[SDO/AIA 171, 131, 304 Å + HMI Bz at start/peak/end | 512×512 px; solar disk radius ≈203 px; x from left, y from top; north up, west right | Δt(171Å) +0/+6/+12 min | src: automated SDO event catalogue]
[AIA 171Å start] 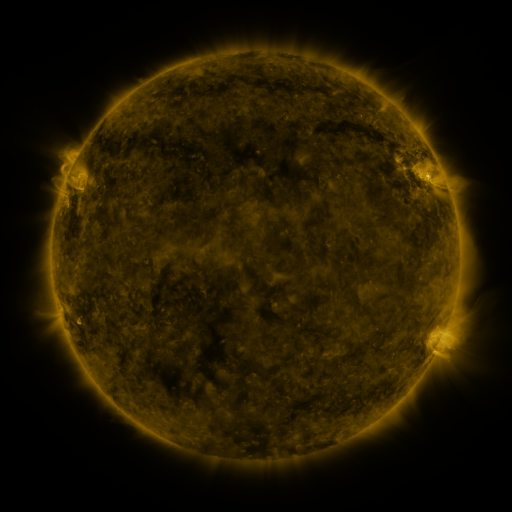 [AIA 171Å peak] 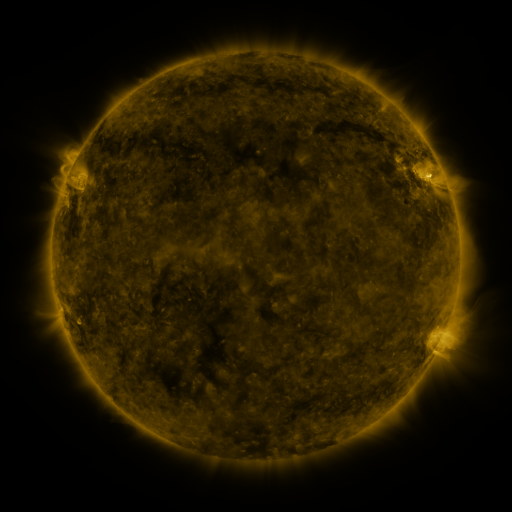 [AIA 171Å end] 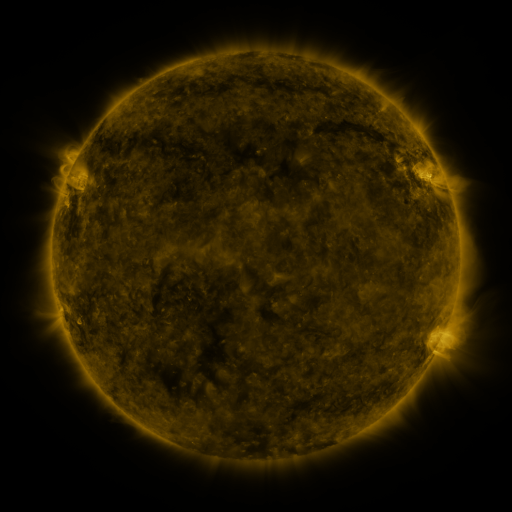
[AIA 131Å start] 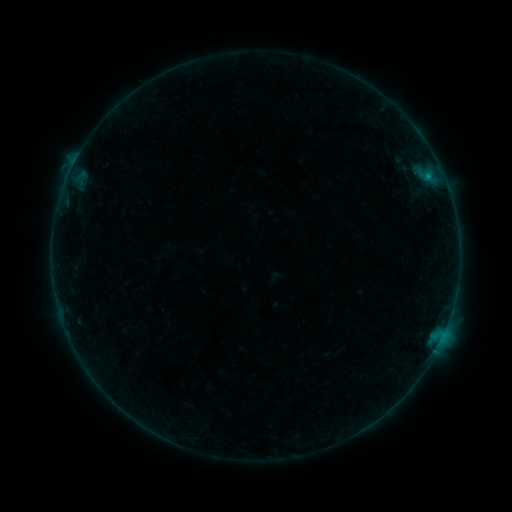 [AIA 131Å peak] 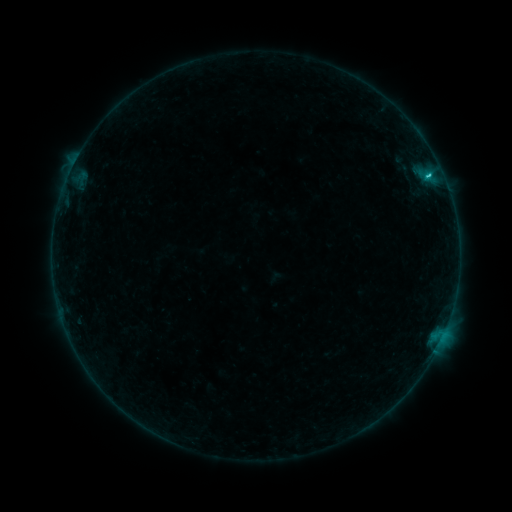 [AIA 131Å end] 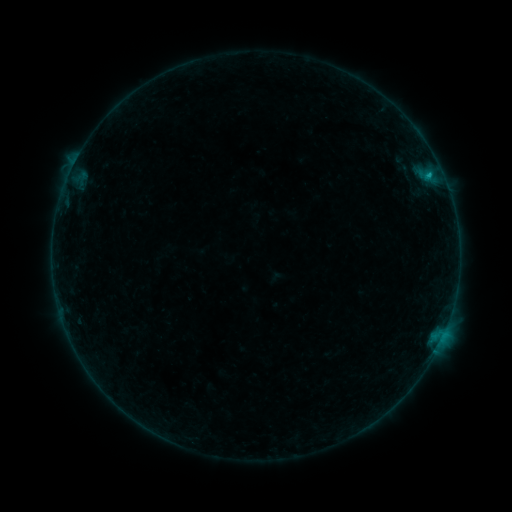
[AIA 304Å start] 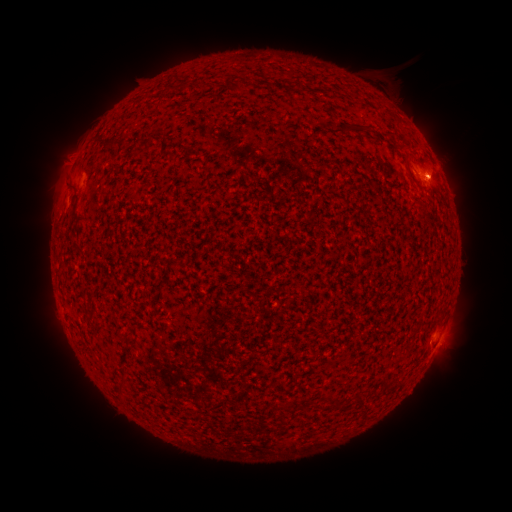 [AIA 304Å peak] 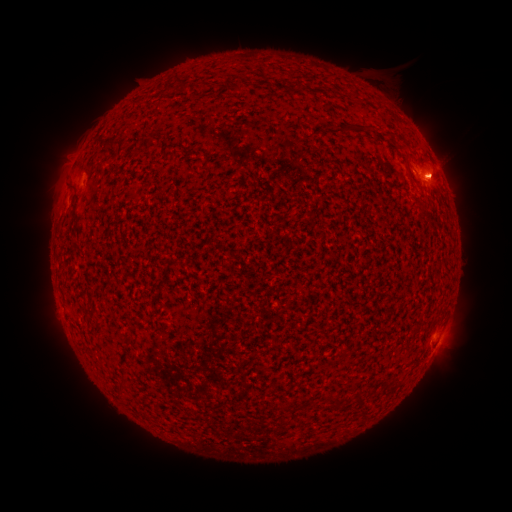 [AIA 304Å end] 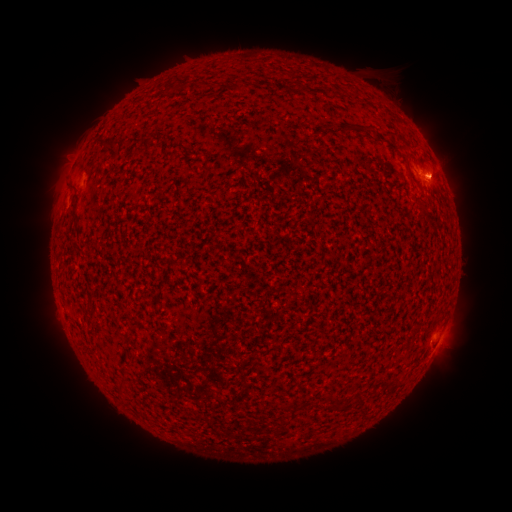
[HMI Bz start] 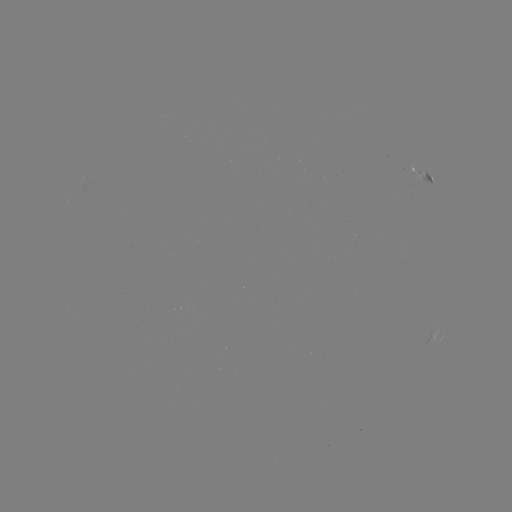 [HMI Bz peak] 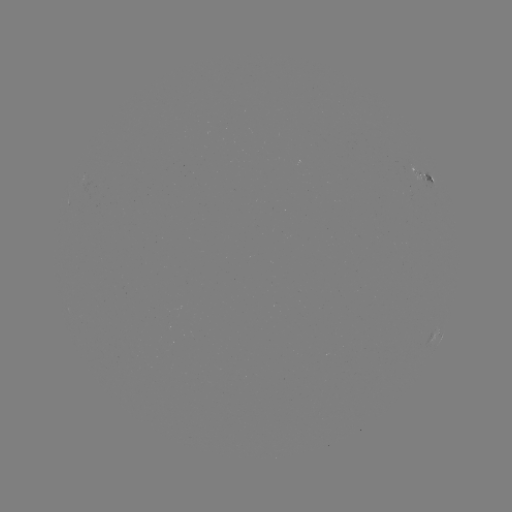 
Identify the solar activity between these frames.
C1.7 flare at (427, 177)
